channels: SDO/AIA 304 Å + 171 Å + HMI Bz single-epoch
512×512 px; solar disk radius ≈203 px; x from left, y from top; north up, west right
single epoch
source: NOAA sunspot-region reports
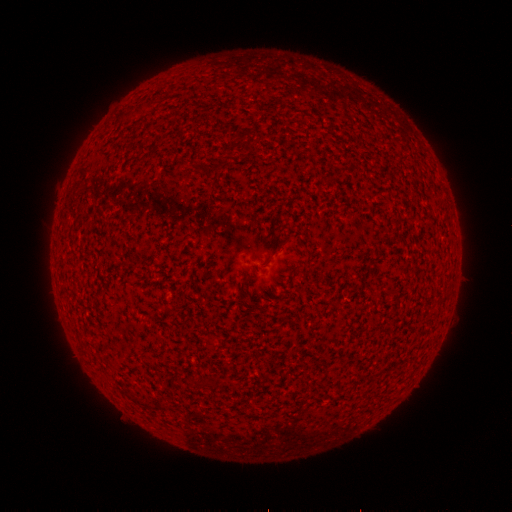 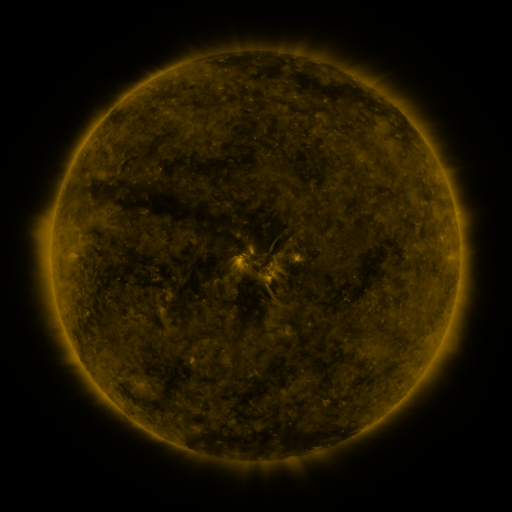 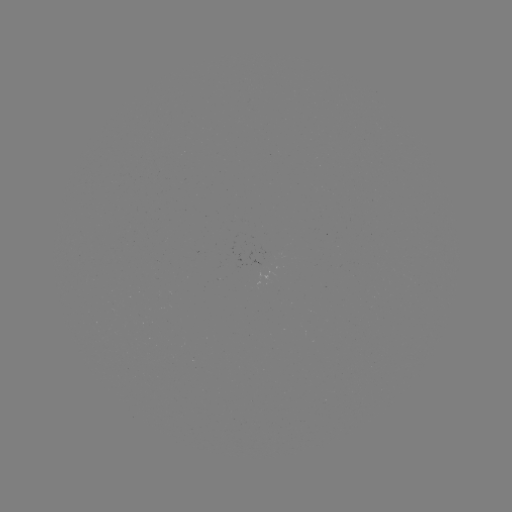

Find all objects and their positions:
(none)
